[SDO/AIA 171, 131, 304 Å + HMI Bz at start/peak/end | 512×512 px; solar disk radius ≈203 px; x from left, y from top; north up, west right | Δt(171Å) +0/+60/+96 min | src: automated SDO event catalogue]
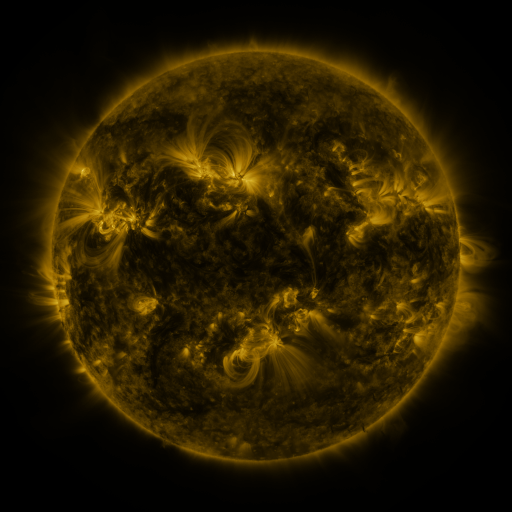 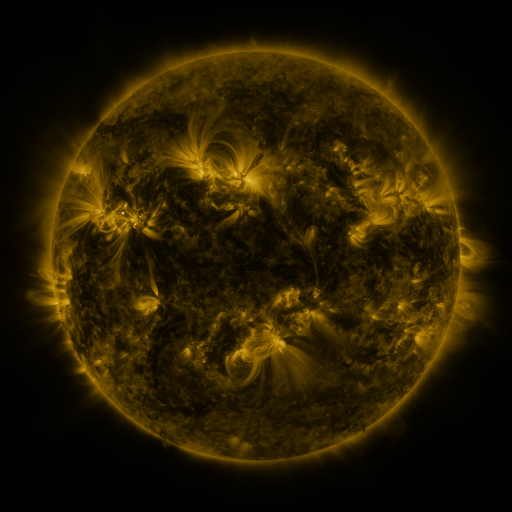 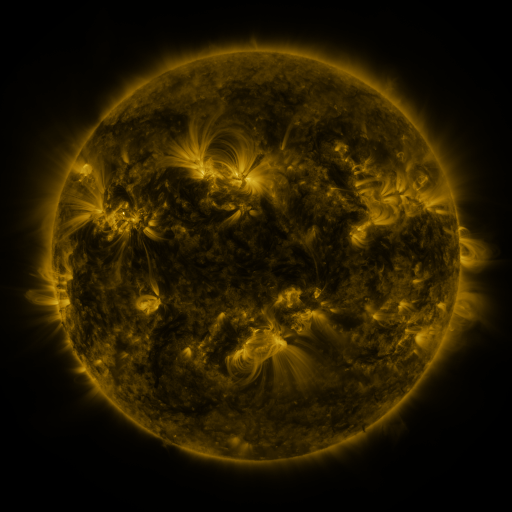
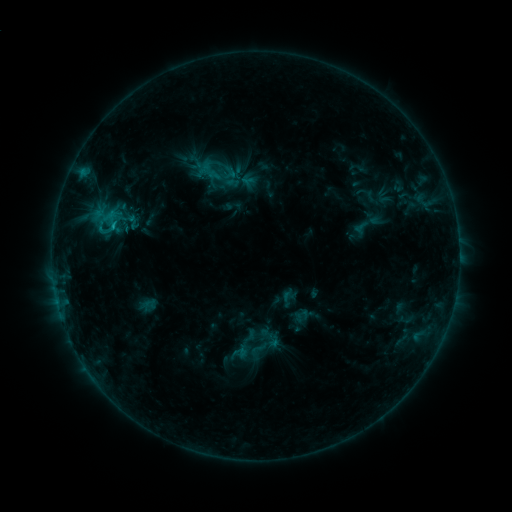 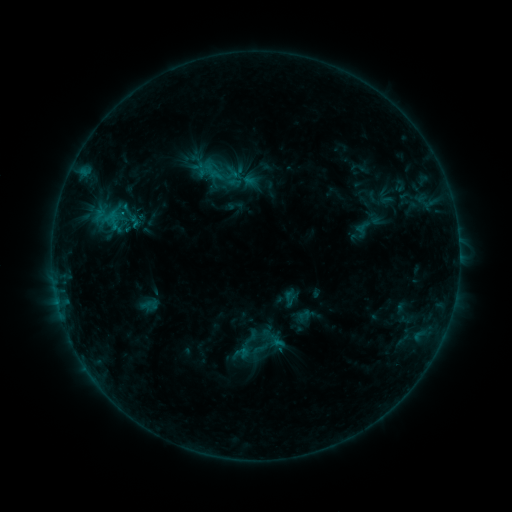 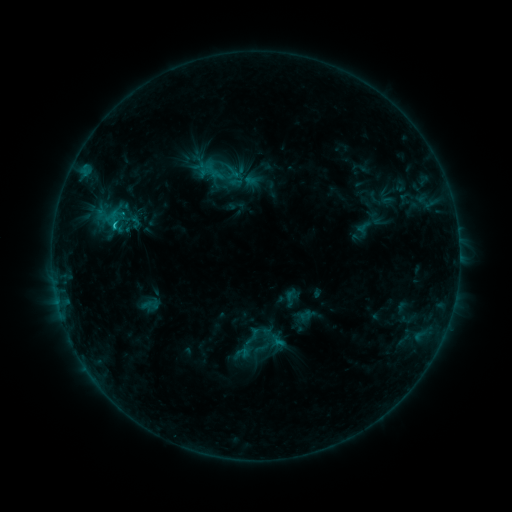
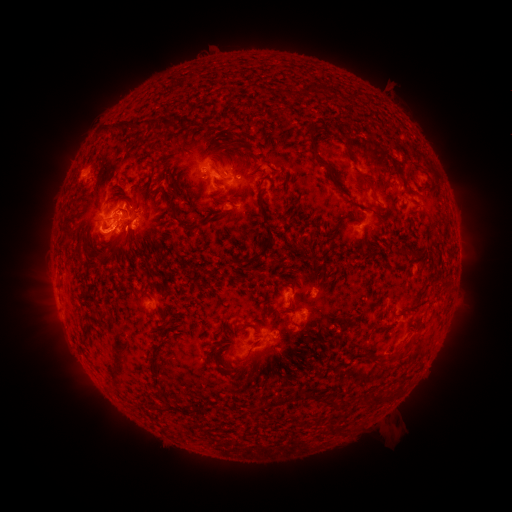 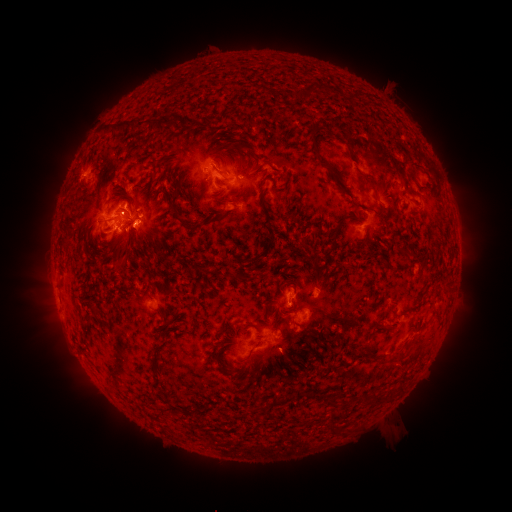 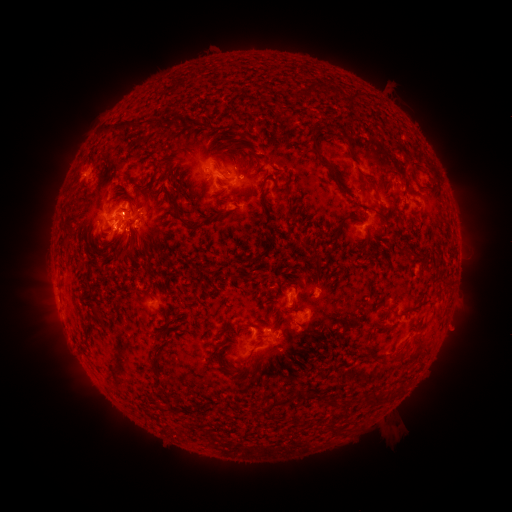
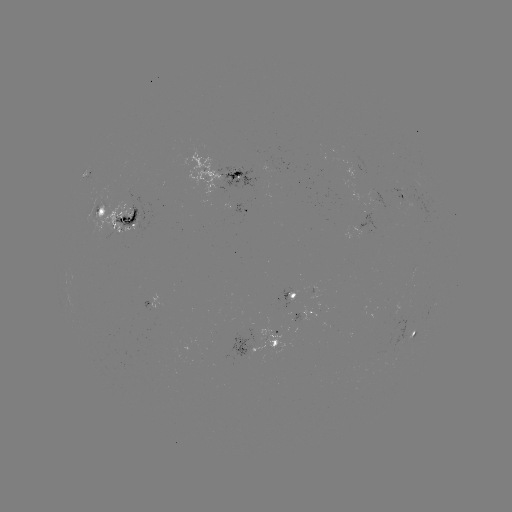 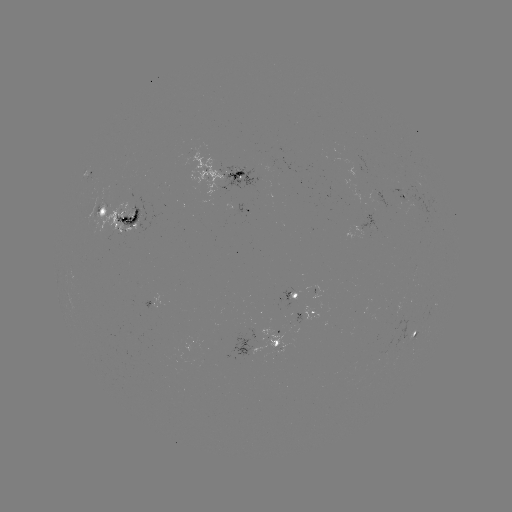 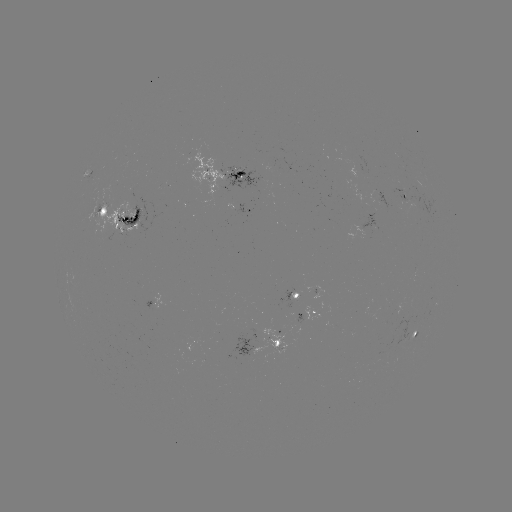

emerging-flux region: (387, 189, 407, 210)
